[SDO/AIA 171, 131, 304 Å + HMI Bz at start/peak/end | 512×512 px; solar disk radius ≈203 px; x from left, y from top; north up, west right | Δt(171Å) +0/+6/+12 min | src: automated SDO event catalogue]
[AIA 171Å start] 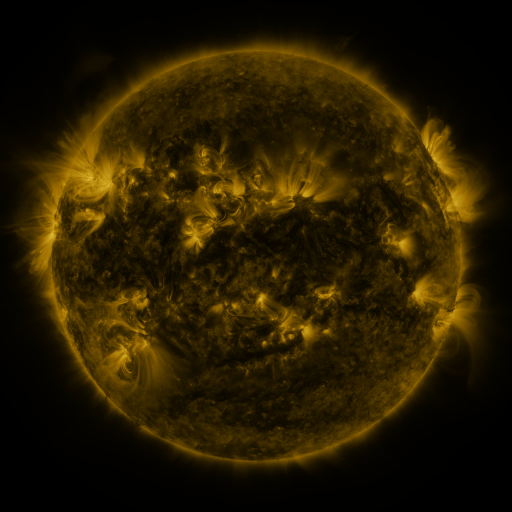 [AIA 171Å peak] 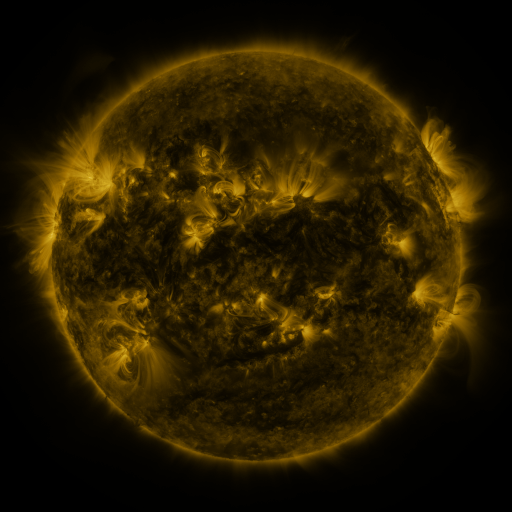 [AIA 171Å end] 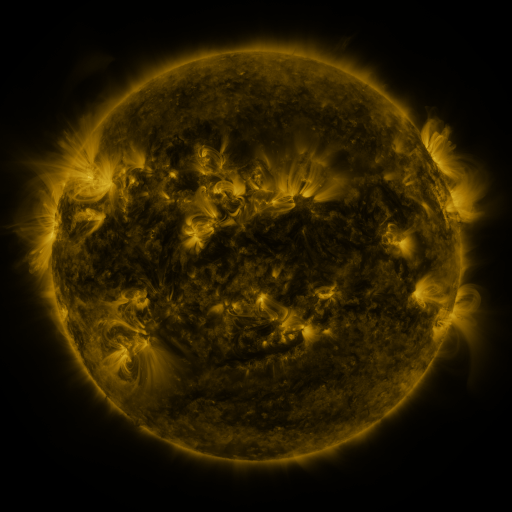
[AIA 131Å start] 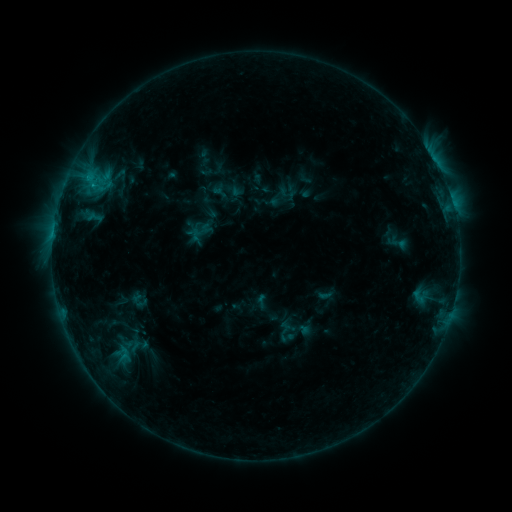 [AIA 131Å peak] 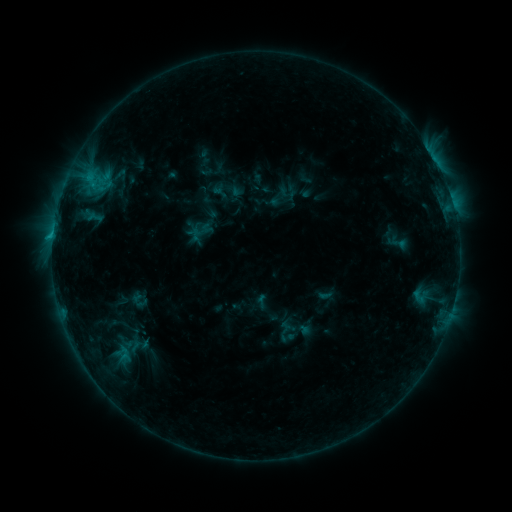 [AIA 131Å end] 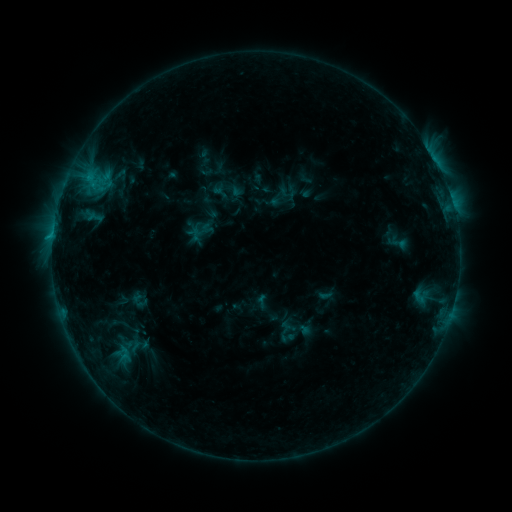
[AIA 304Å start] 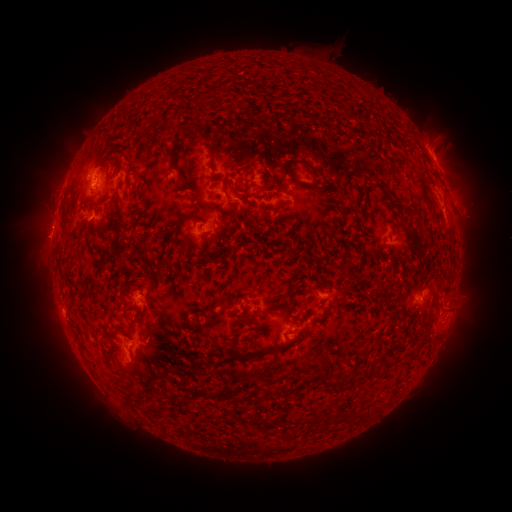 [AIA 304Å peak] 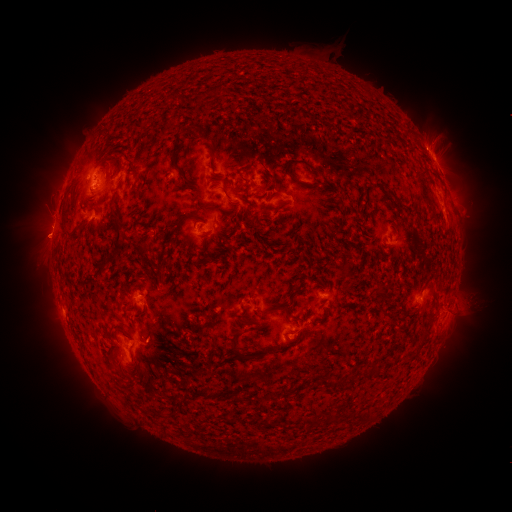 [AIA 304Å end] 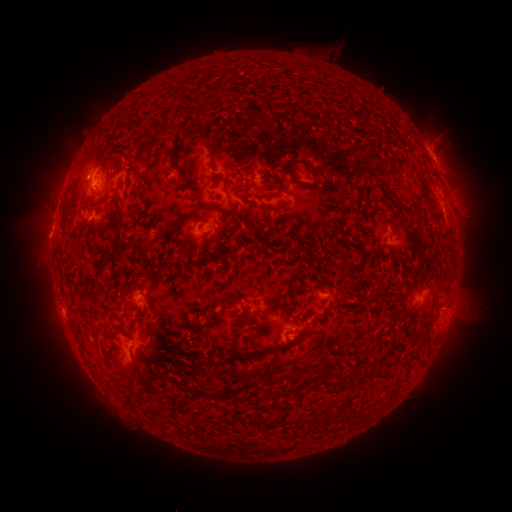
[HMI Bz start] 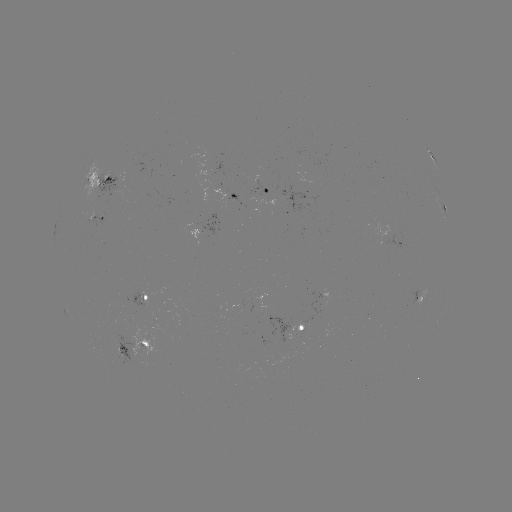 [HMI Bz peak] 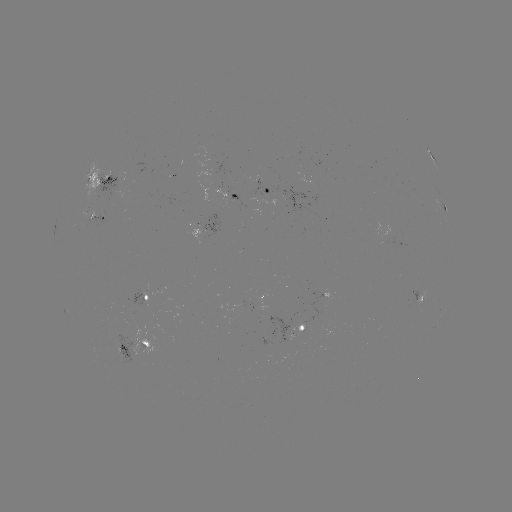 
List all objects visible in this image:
eruption: (42, 240)
